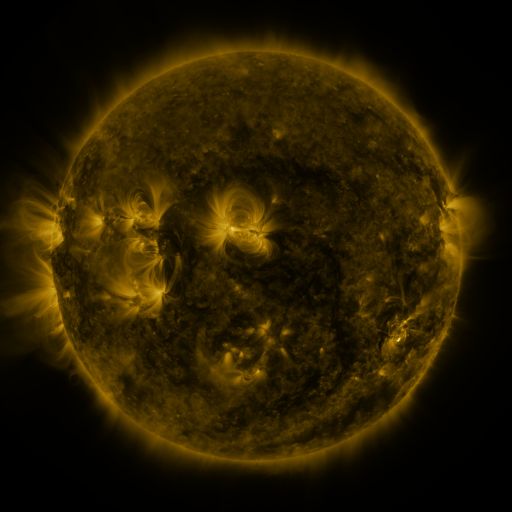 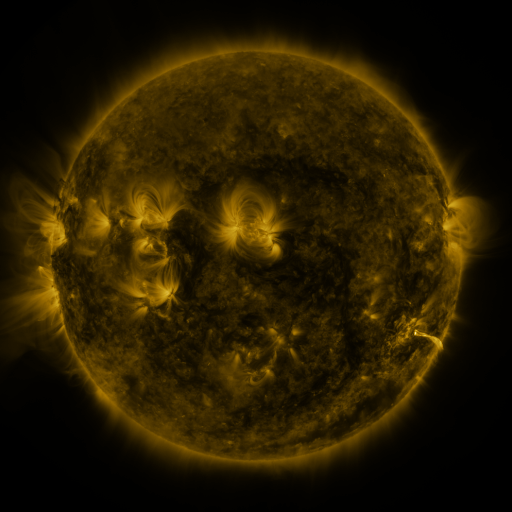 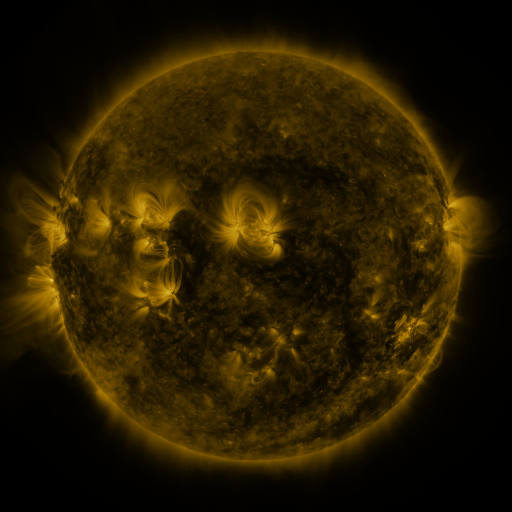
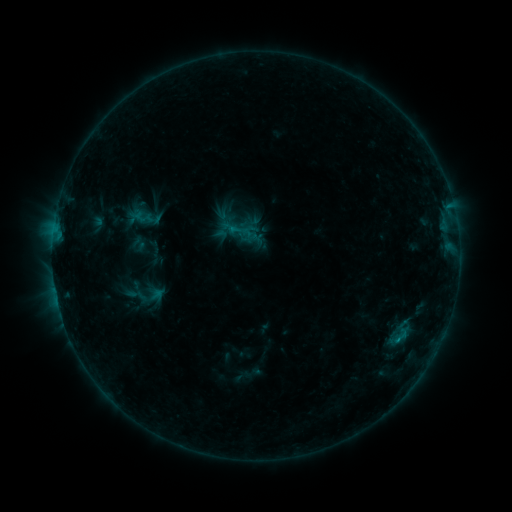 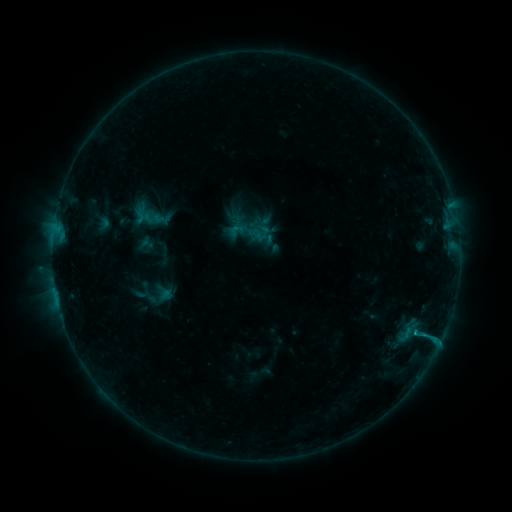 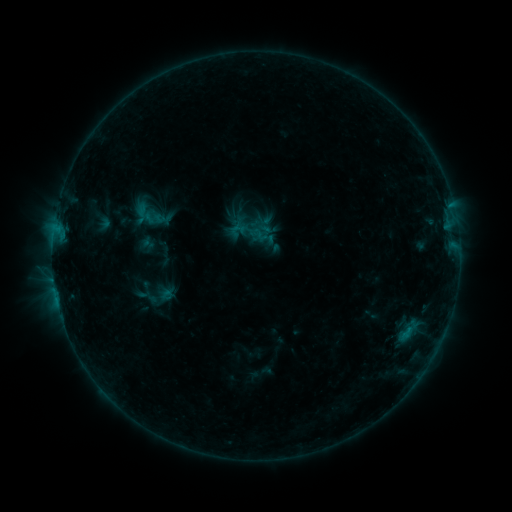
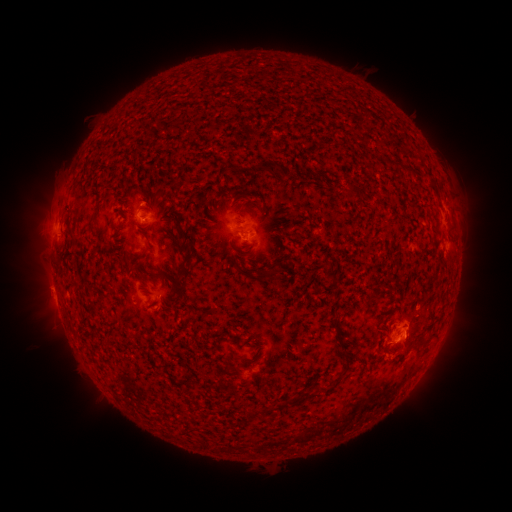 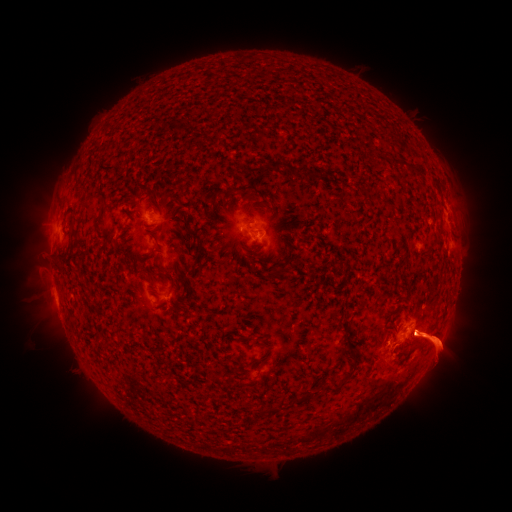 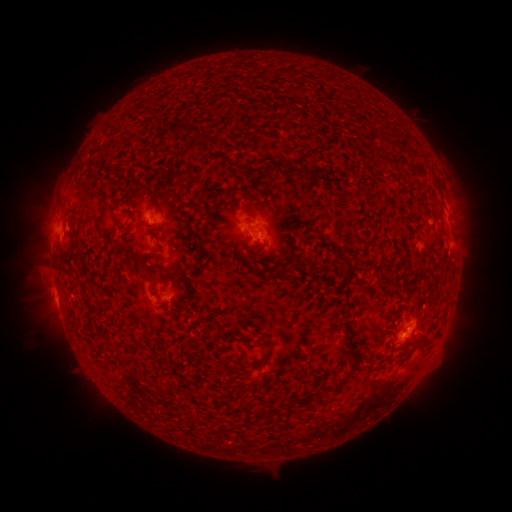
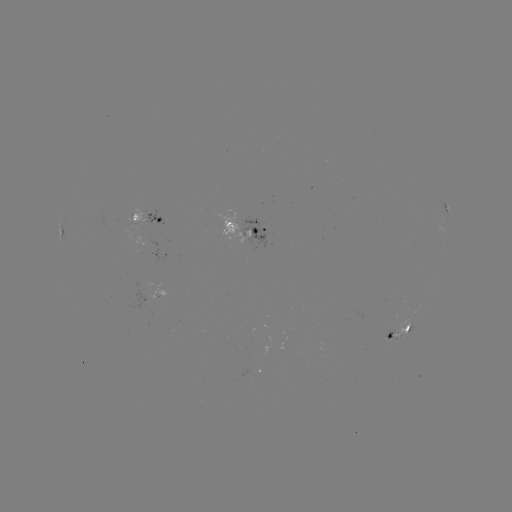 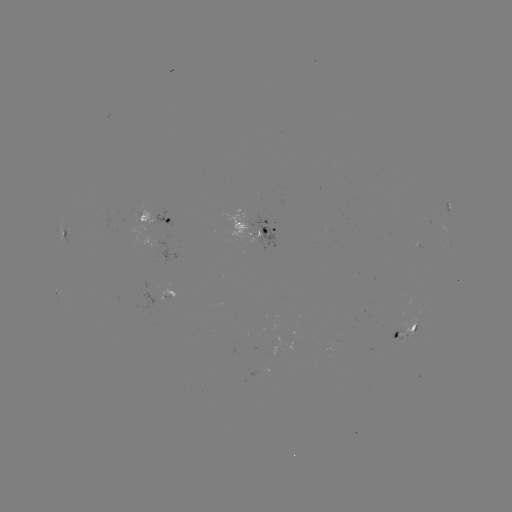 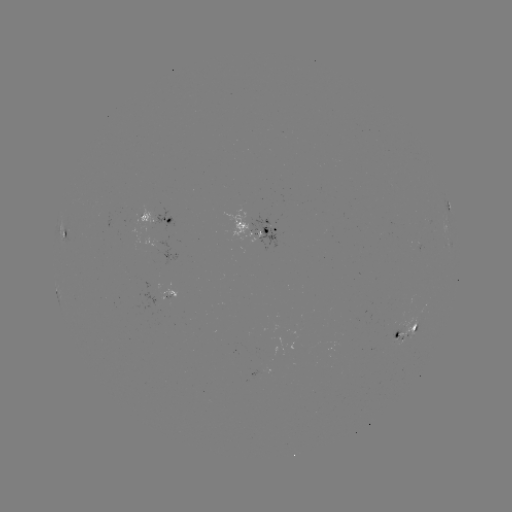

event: emerging-flux region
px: (415, 244)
